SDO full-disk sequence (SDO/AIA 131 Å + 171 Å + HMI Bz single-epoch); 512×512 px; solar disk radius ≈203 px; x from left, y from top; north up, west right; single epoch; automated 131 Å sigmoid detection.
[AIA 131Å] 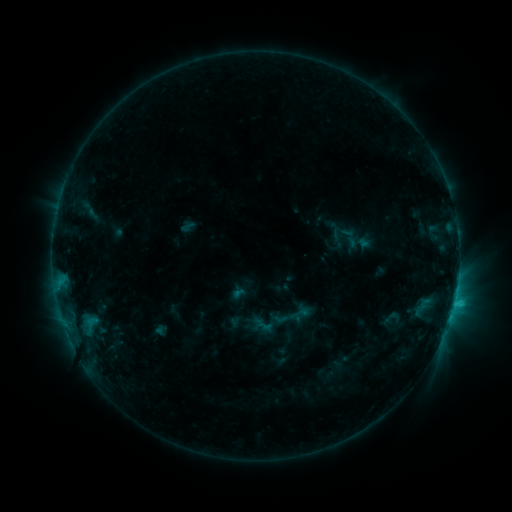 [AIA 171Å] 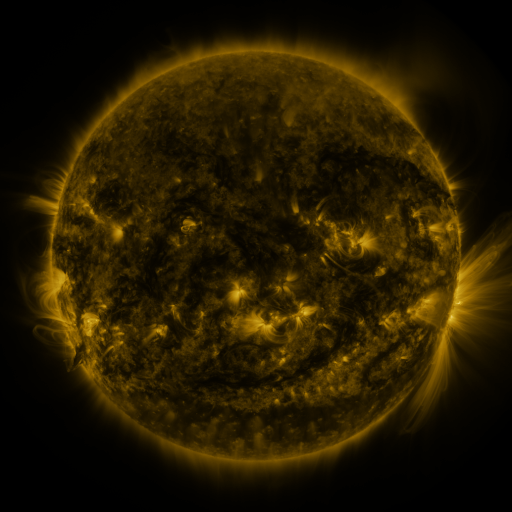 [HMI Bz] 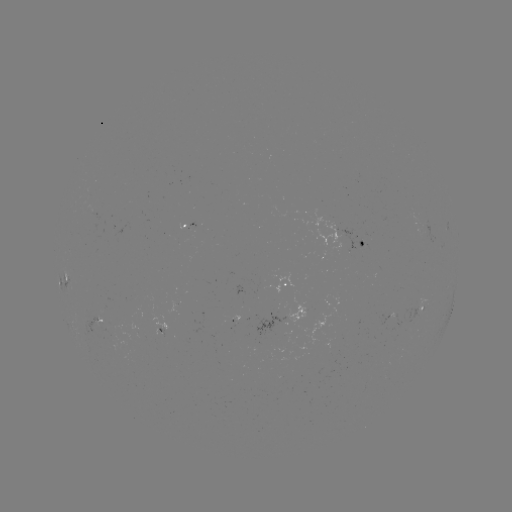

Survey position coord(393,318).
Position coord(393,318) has sigmoid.